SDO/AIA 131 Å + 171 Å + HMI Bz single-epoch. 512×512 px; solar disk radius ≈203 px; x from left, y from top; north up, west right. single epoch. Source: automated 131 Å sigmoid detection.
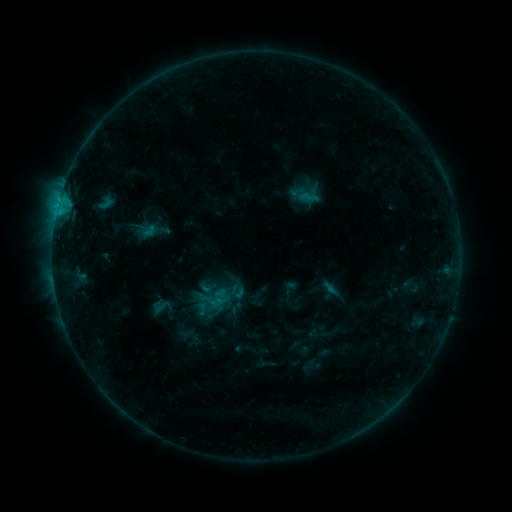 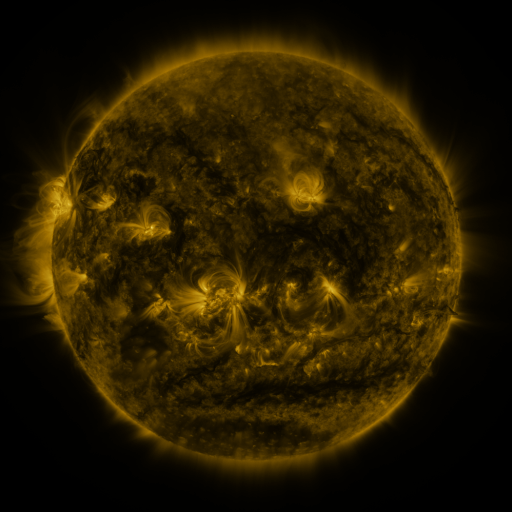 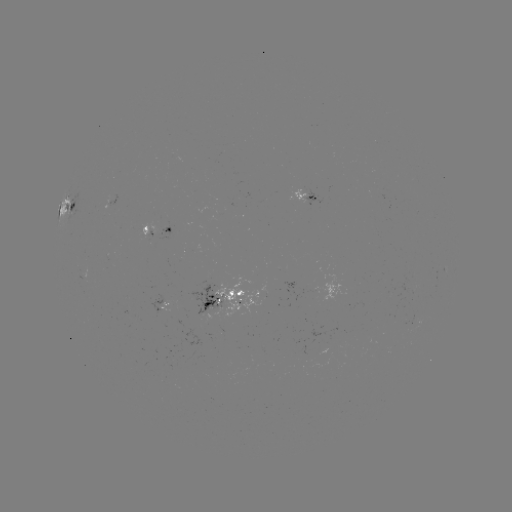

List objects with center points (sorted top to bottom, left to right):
sigmoid: (161, 306)
